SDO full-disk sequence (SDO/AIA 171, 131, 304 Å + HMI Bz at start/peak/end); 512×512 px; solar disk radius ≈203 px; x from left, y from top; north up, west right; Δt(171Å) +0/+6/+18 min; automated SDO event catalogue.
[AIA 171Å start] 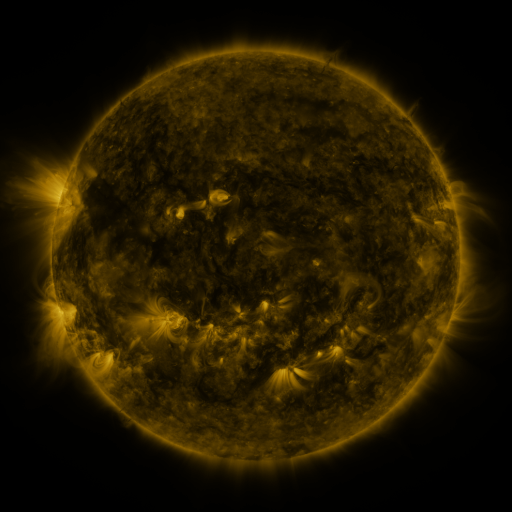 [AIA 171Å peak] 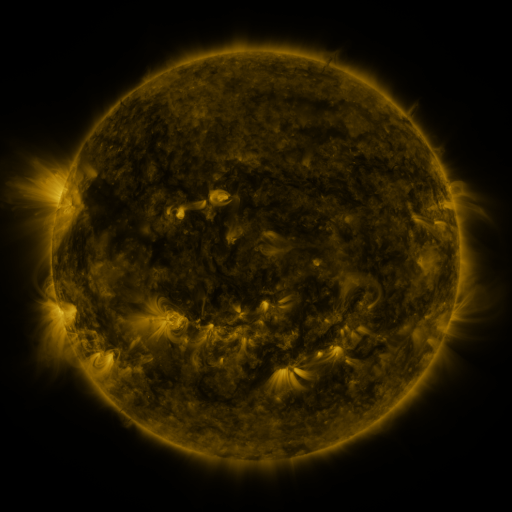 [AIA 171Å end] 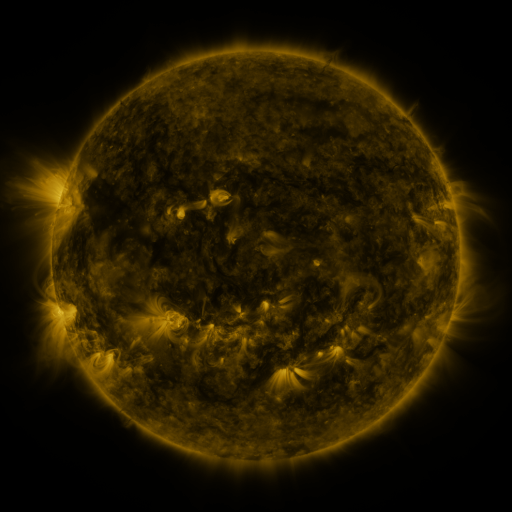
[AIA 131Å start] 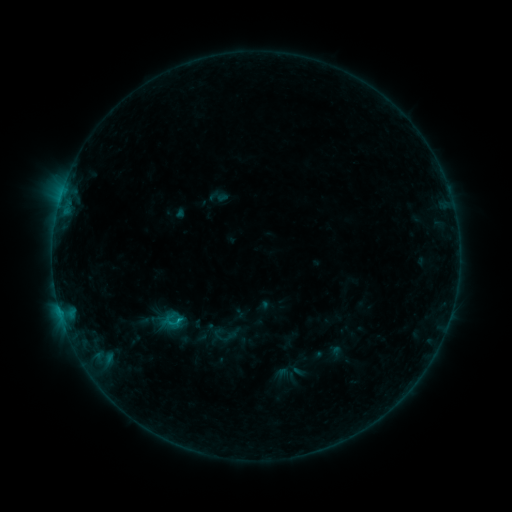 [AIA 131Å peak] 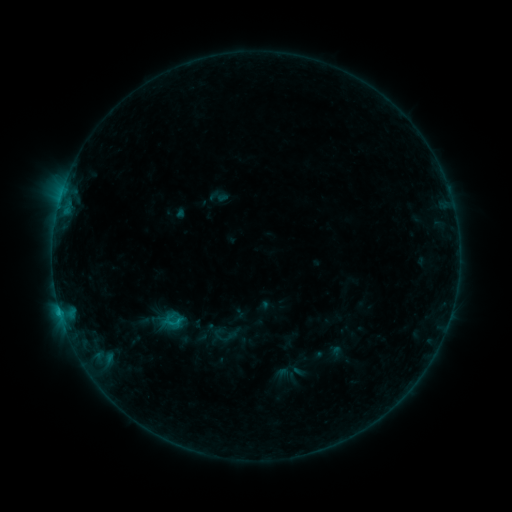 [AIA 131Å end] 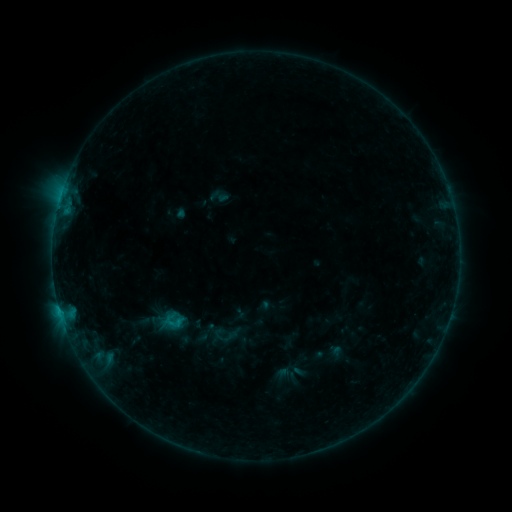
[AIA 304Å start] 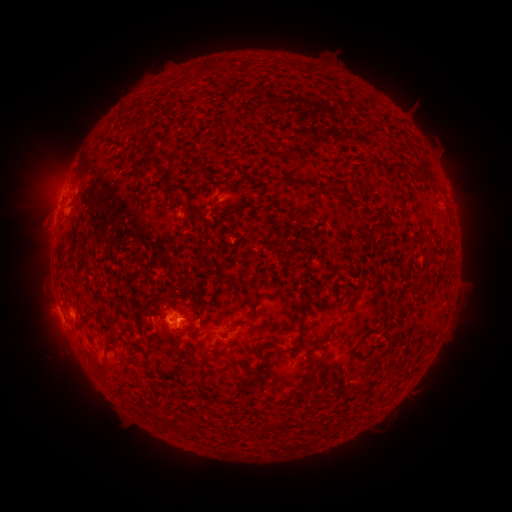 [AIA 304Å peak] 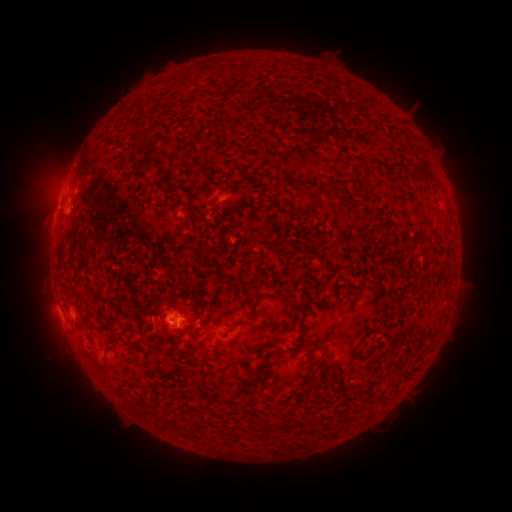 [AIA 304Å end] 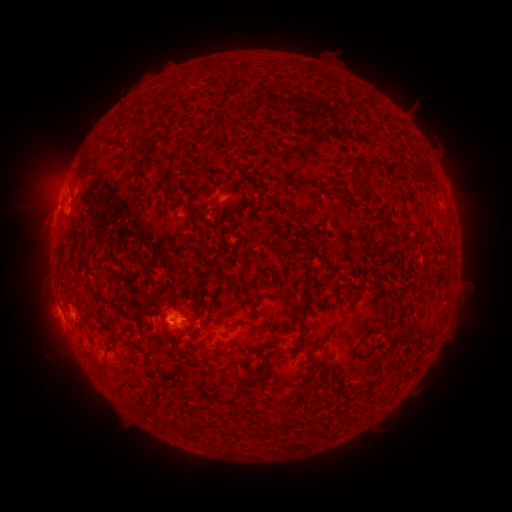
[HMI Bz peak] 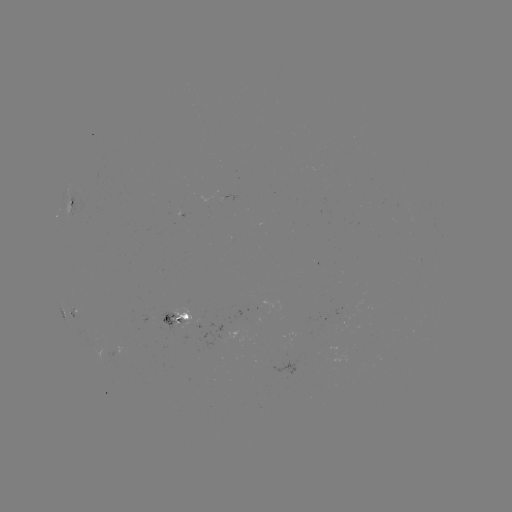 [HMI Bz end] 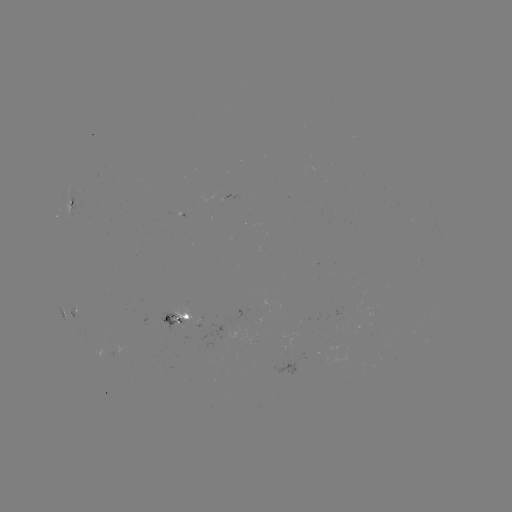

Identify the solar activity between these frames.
B7.7 flare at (60, 312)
